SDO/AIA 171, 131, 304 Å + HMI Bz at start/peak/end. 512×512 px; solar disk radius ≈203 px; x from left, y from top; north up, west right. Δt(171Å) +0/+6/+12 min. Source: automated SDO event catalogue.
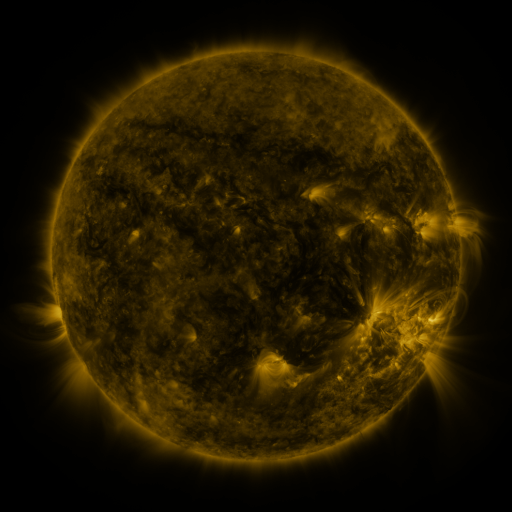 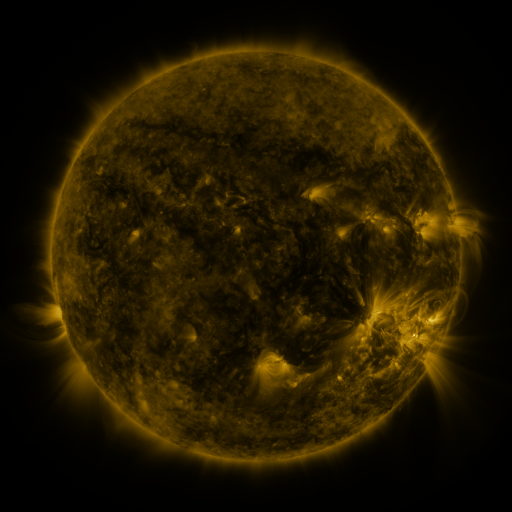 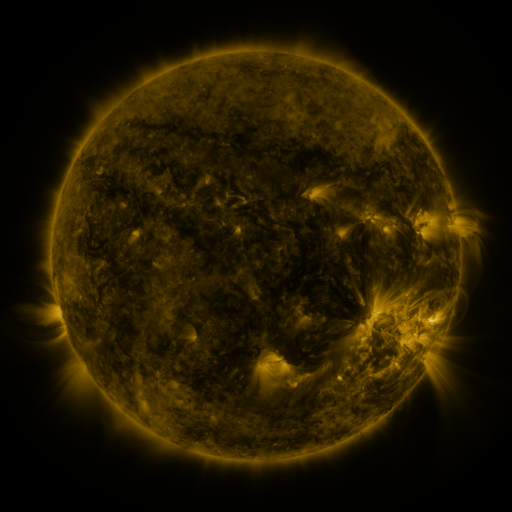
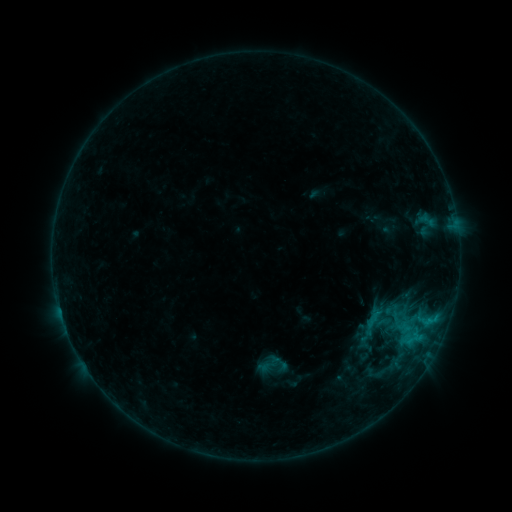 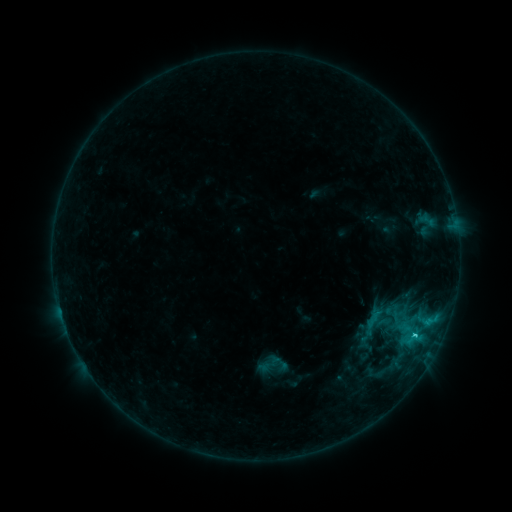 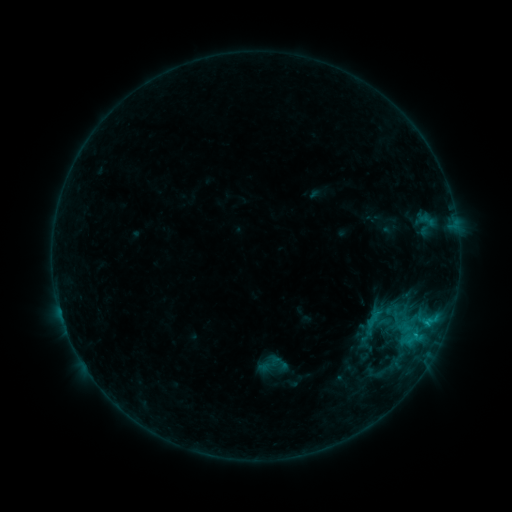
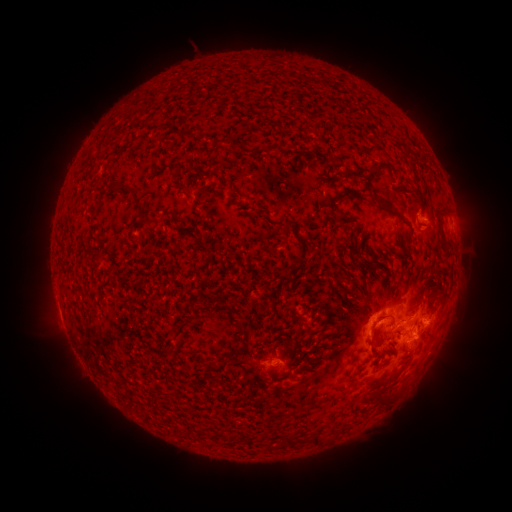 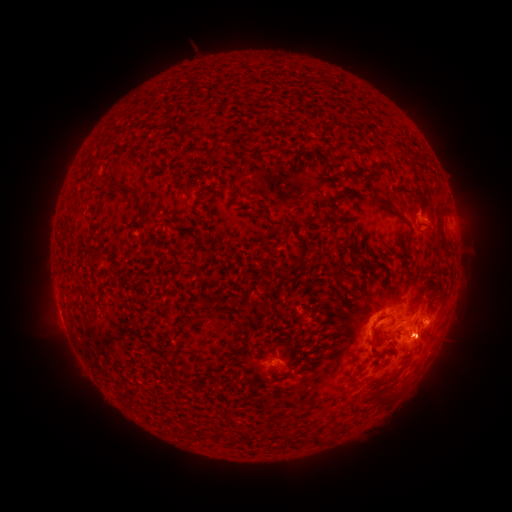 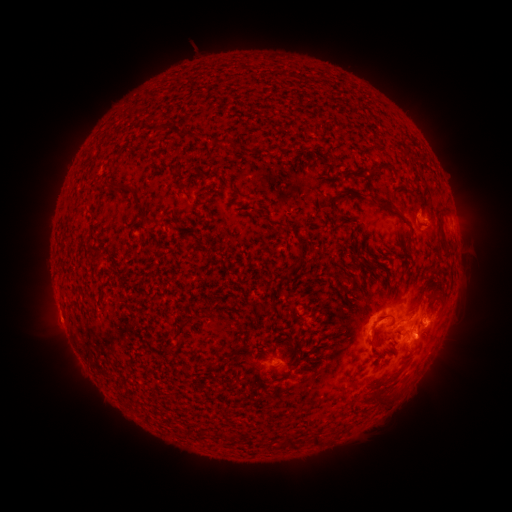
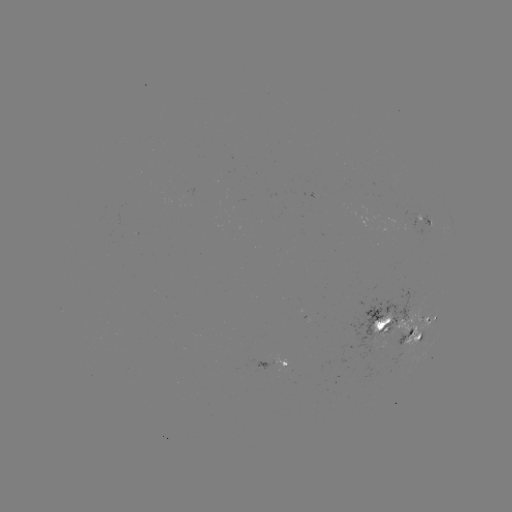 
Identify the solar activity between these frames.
C1.1 flare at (414, 333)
